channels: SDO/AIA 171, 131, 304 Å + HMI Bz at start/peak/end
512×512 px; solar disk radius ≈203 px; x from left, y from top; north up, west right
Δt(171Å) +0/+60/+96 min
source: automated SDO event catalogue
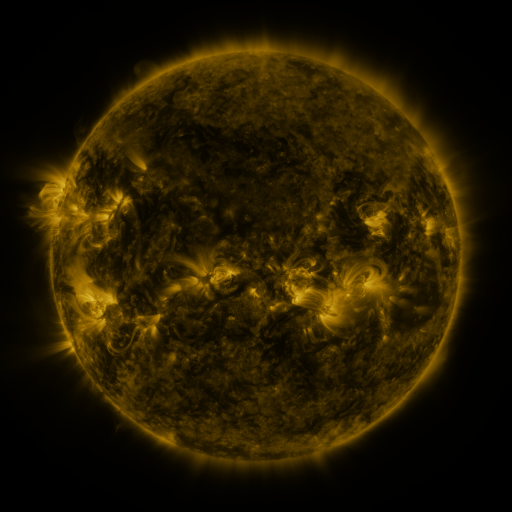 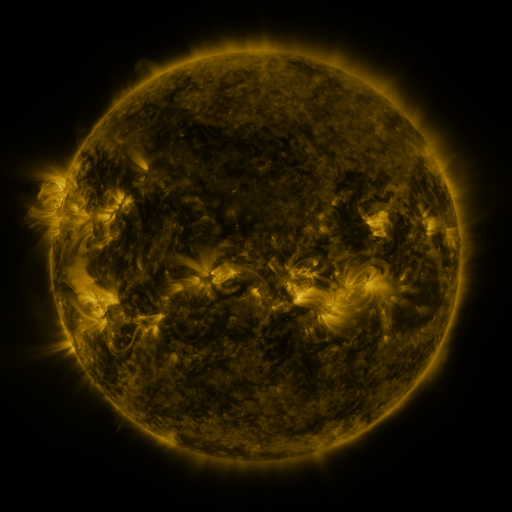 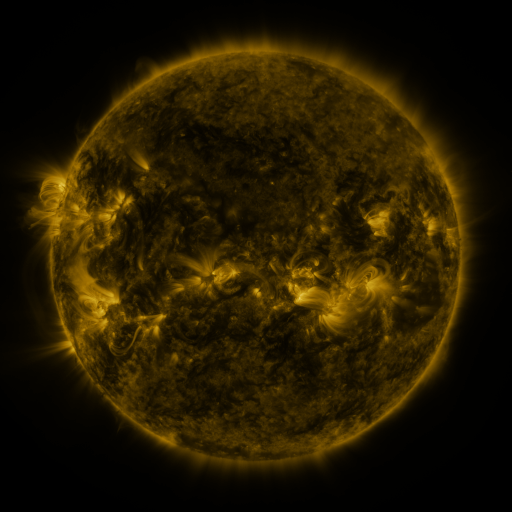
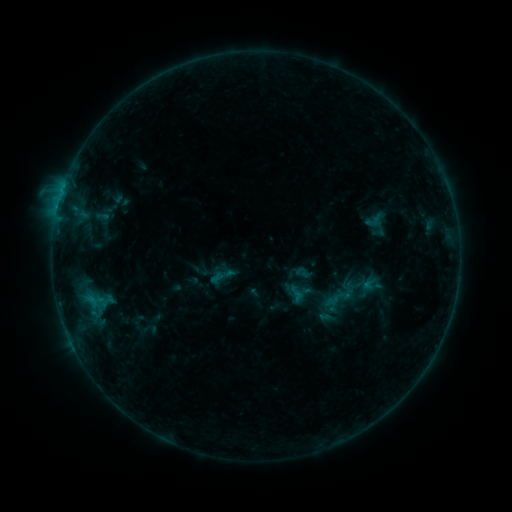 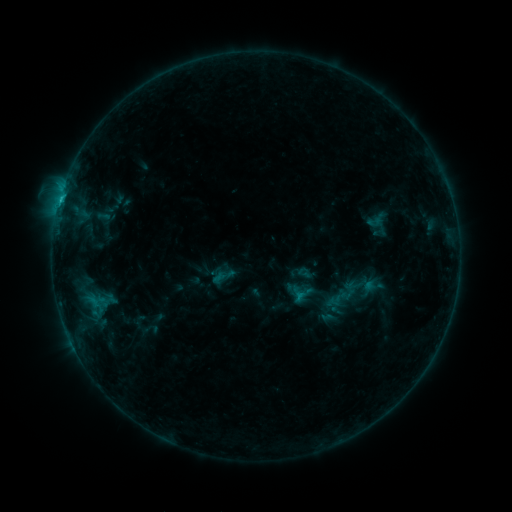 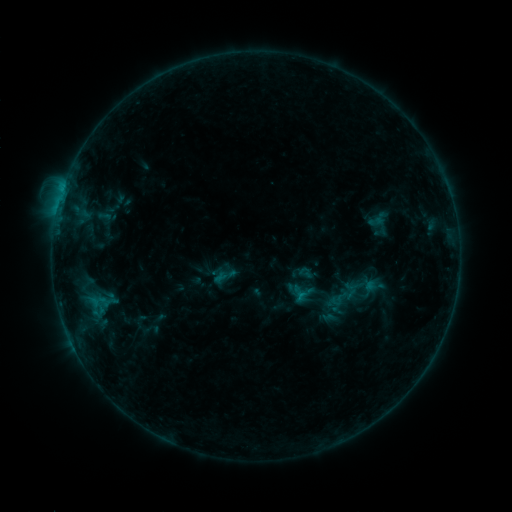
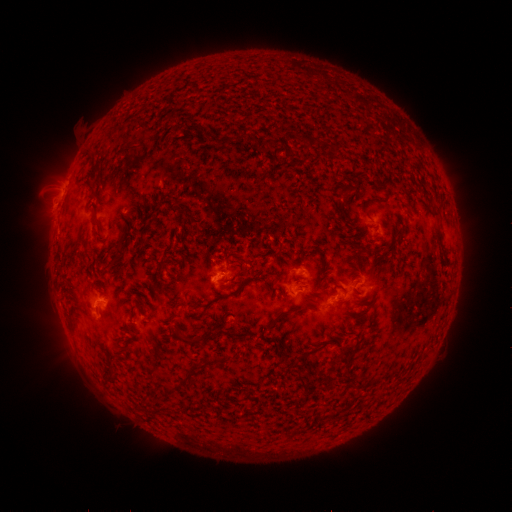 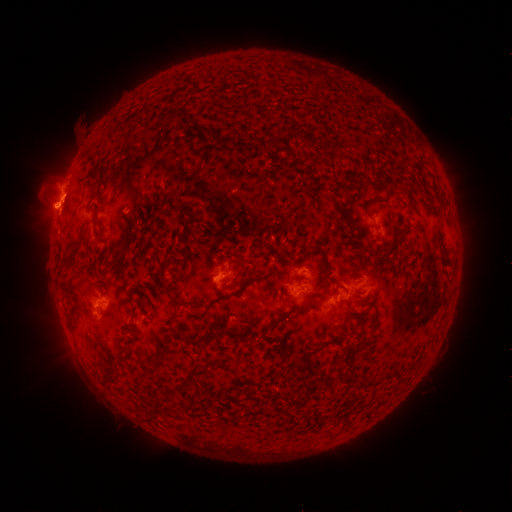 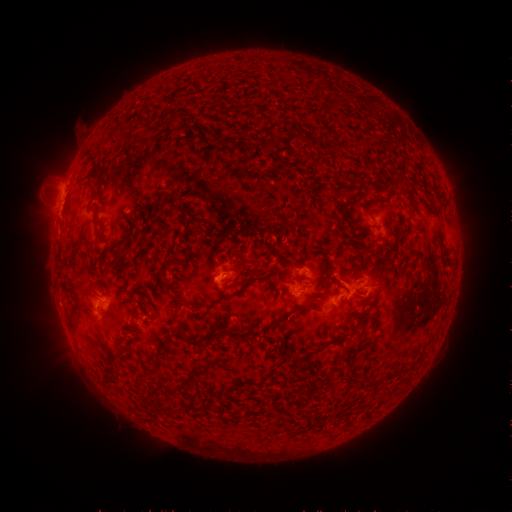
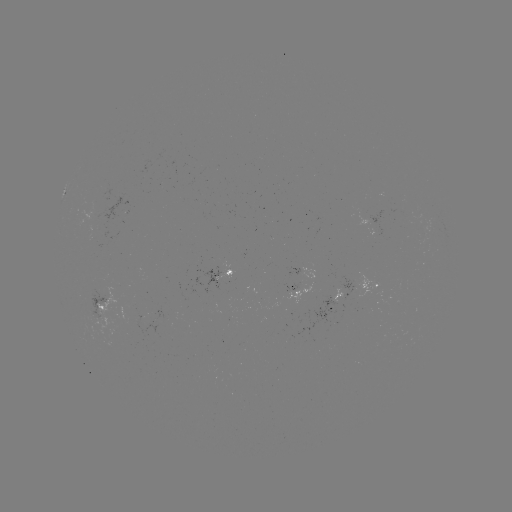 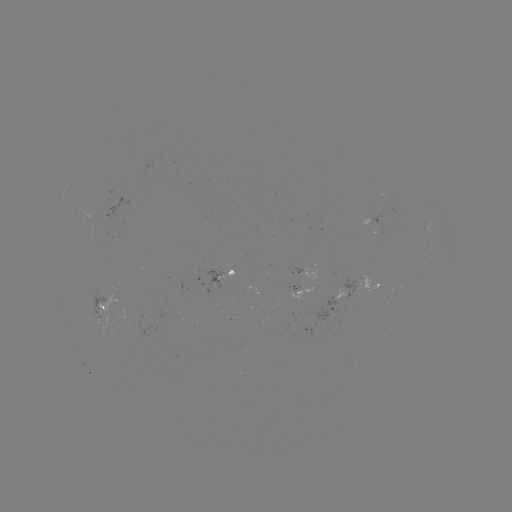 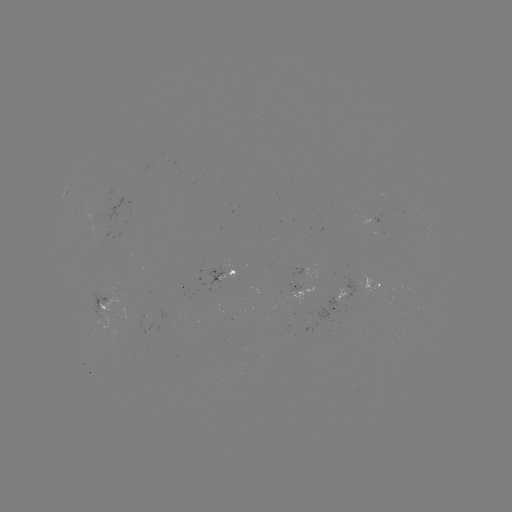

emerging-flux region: <bbox>81, 212, 100, 226</bbox>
